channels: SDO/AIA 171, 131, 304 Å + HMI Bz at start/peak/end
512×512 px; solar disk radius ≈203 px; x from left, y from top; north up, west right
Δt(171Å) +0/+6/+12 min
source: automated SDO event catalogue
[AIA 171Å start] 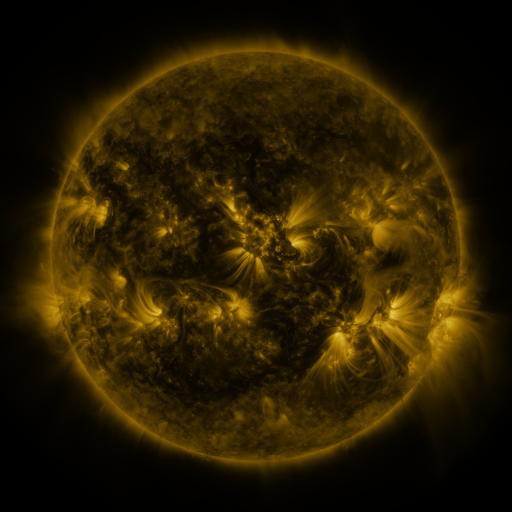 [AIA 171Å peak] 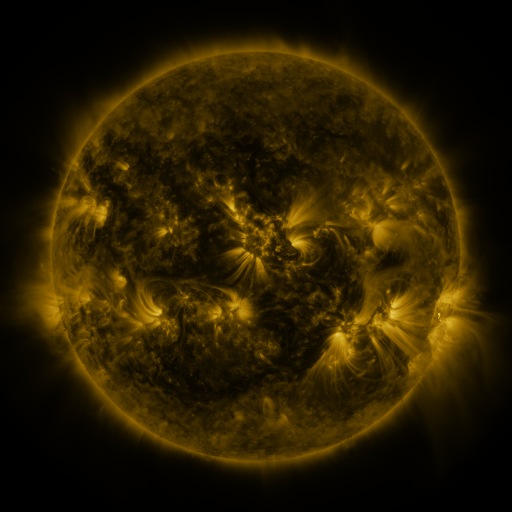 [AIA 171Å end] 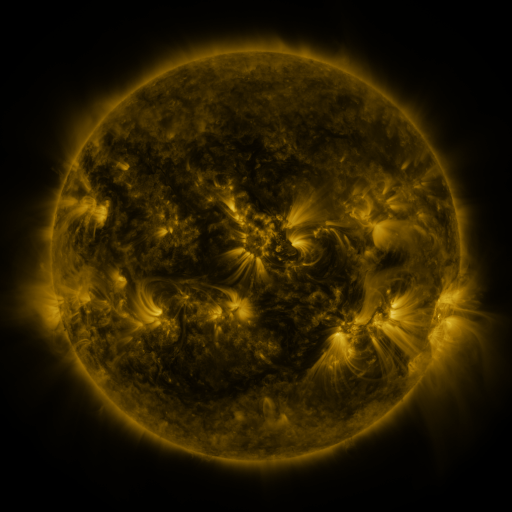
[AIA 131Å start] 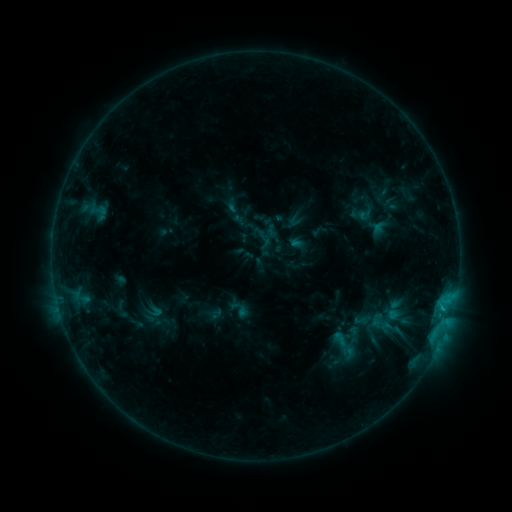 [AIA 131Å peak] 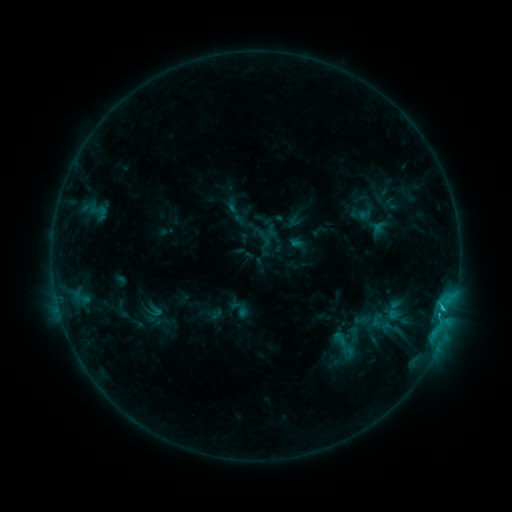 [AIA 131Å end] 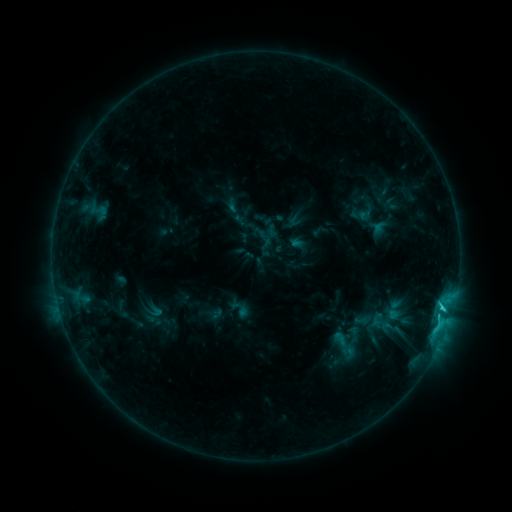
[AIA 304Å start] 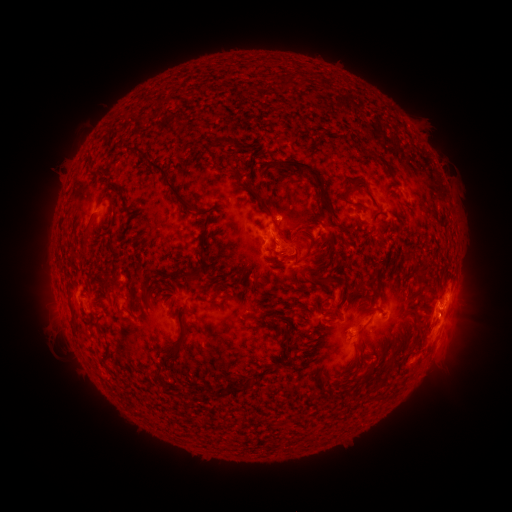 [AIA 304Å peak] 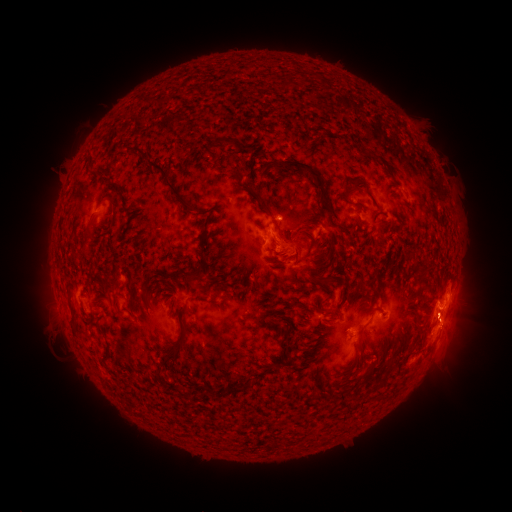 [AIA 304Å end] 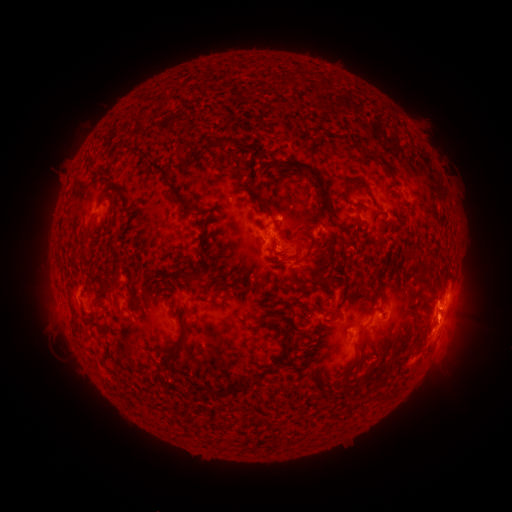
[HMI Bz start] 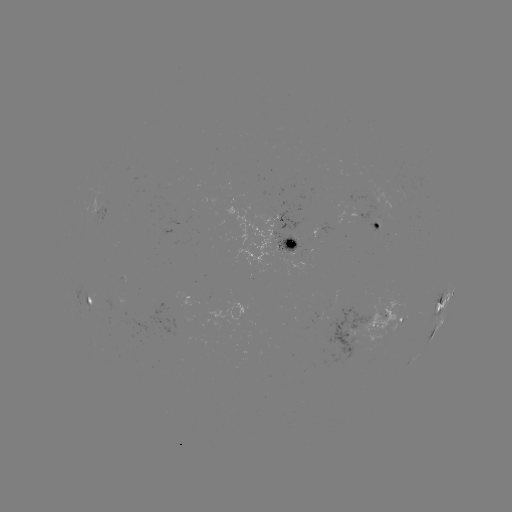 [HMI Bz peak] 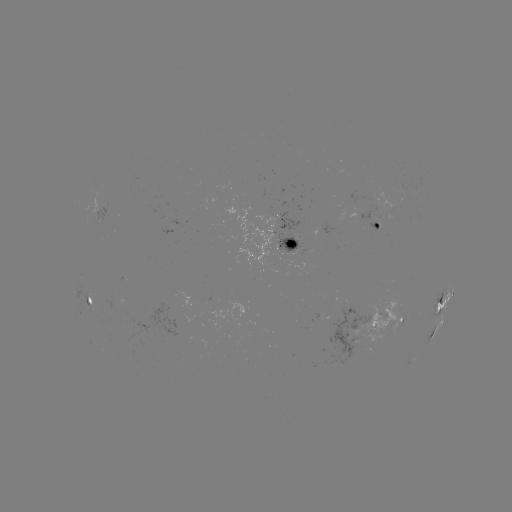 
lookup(eruption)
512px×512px [452, 327]